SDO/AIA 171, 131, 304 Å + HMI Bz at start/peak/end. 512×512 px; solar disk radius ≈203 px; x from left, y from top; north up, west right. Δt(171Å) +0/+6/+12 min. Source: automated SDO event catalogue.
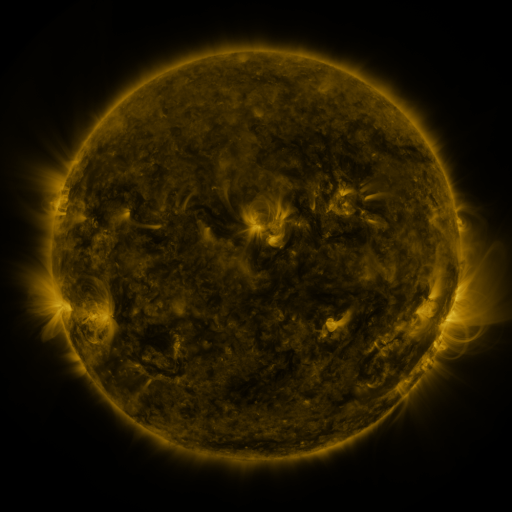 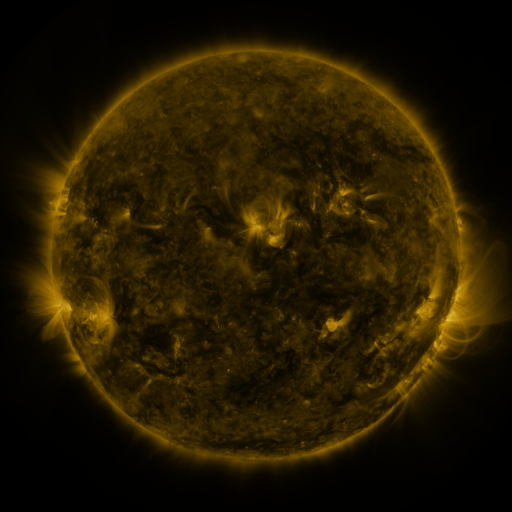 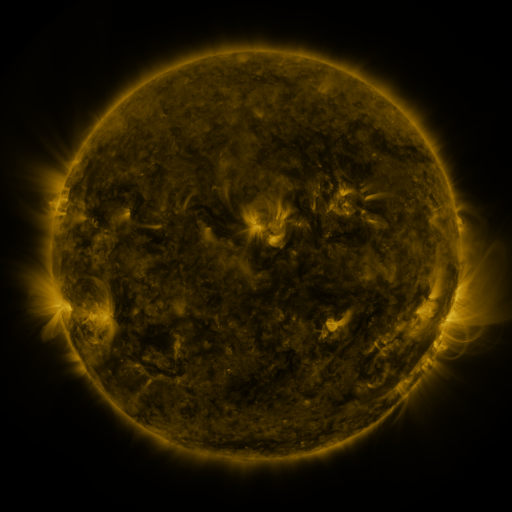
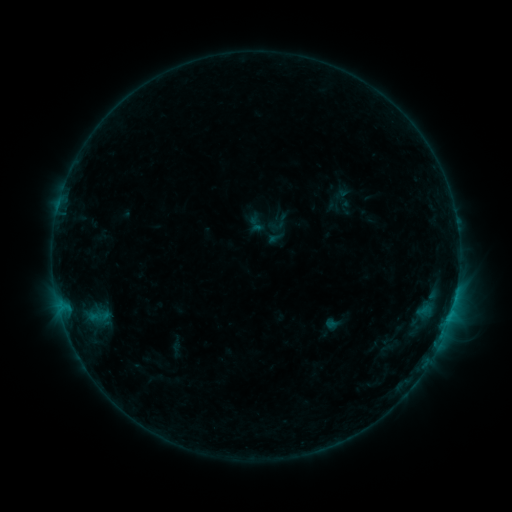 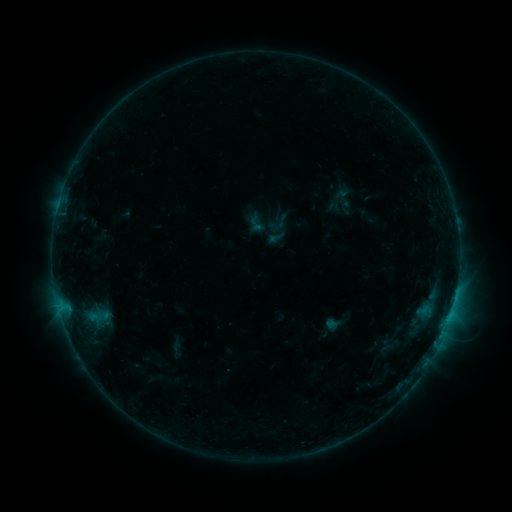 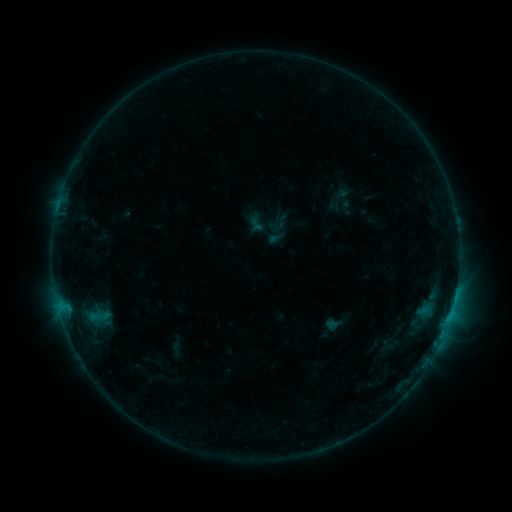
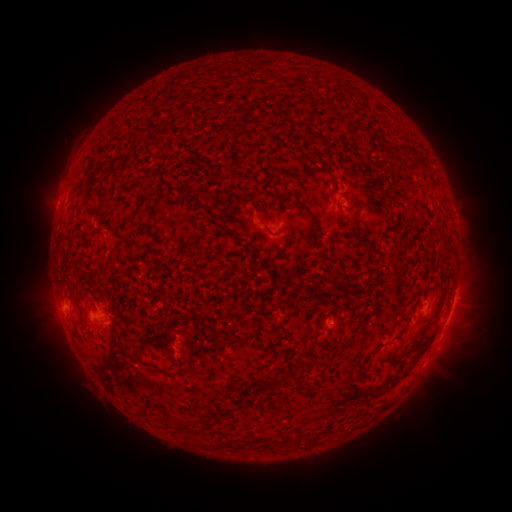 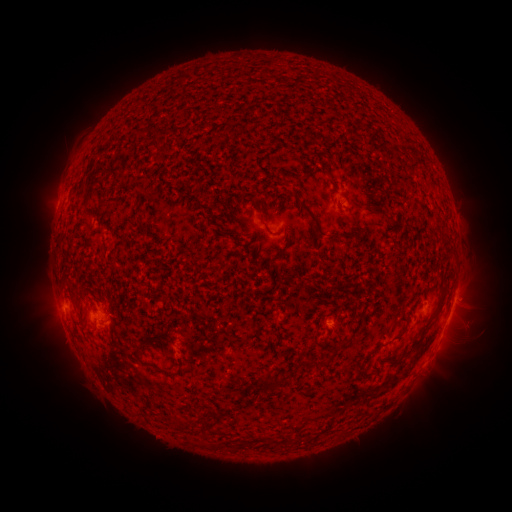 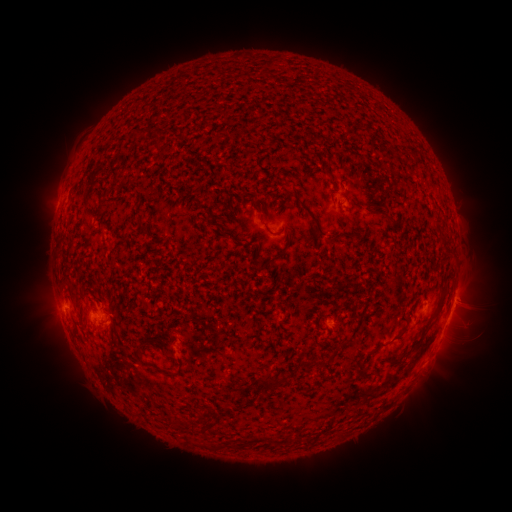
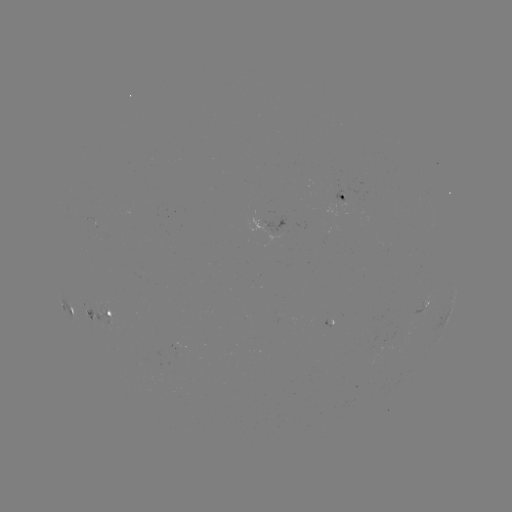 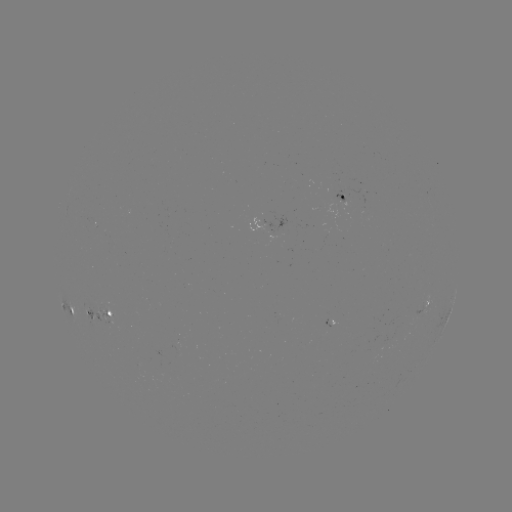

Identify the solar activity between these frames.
nothing was catalogued: no classed flare, no EUV trigger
